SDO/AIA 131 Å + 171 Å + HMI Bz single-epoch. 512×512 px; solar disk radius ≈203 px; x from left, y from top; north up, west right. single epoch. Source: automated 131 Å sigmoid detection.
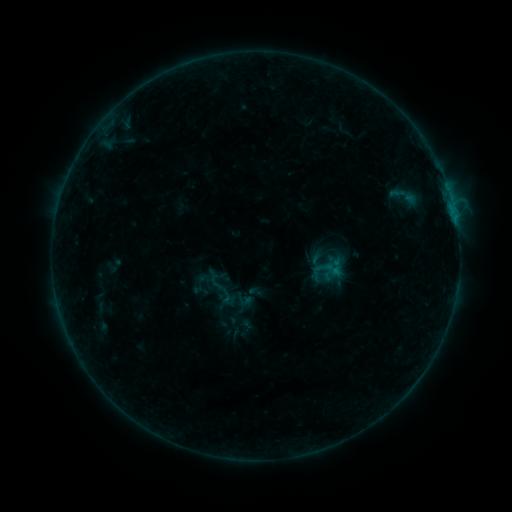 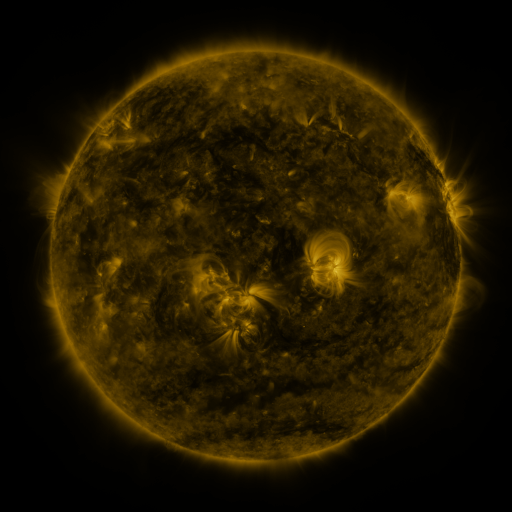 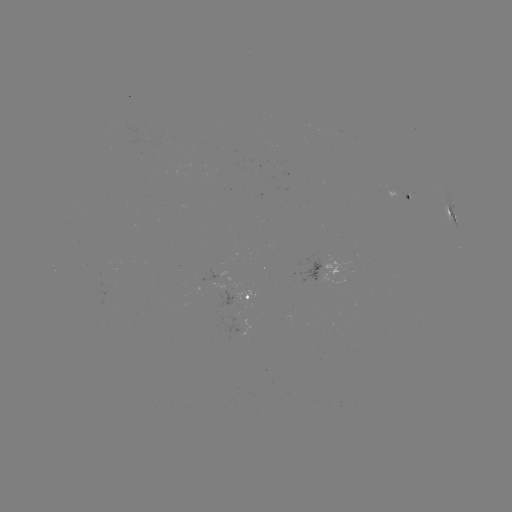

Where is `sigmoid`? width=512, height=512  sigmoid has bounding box [187, 272, 213, 295].